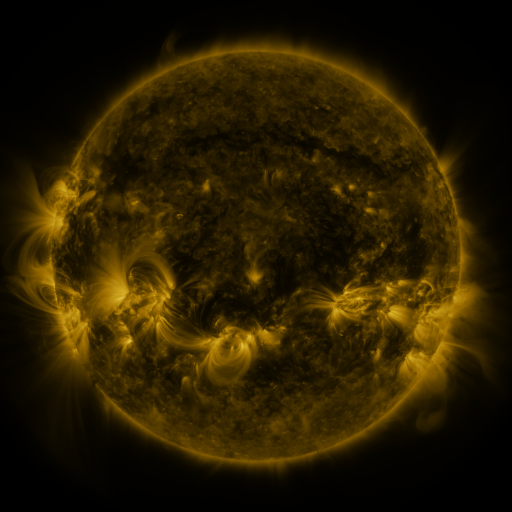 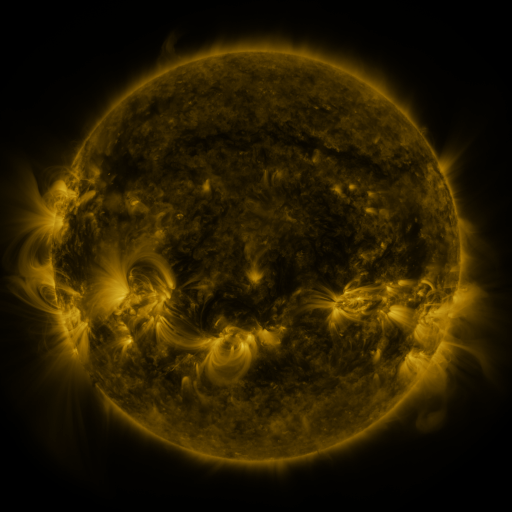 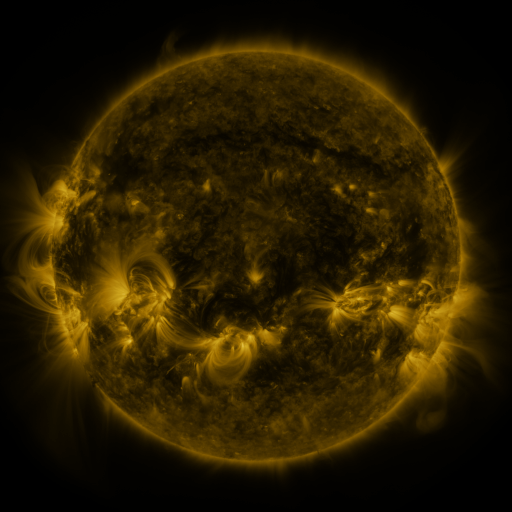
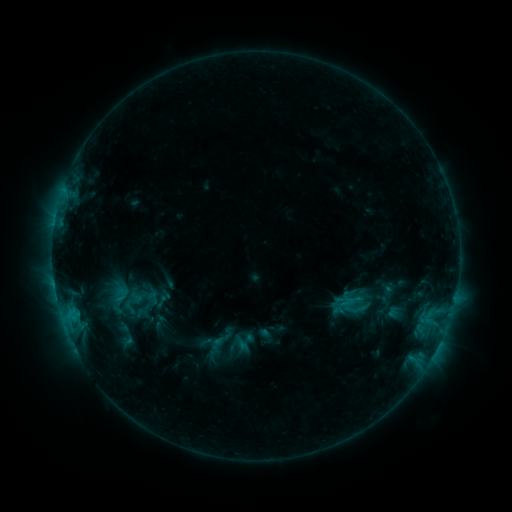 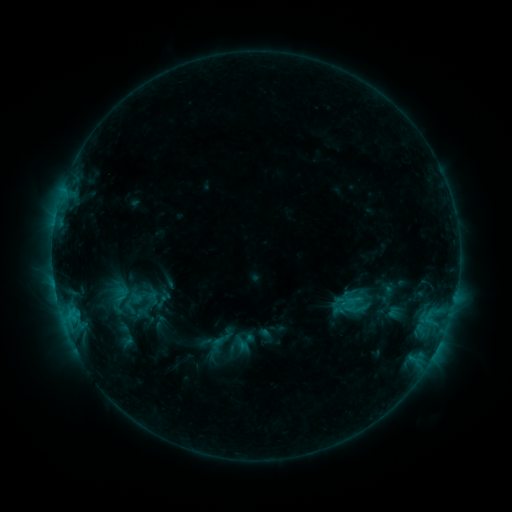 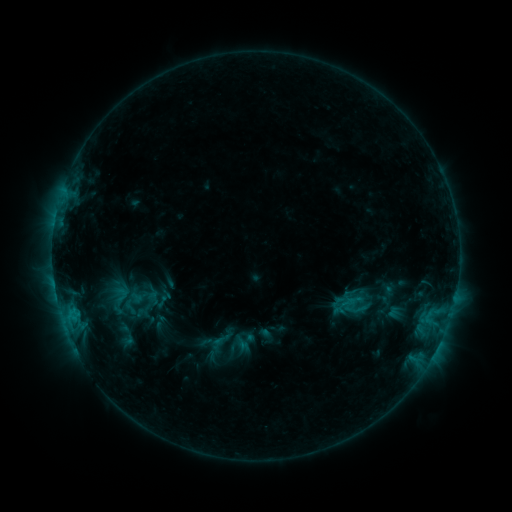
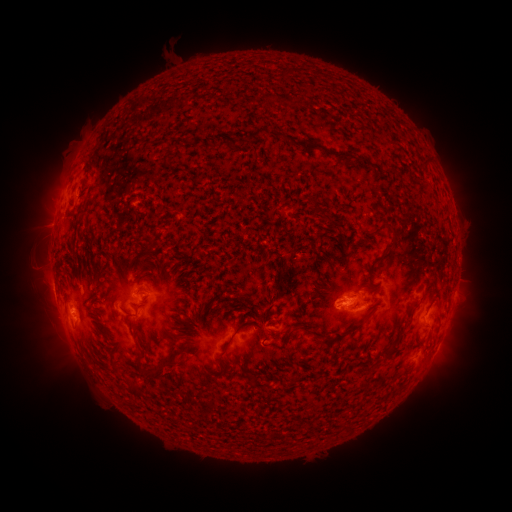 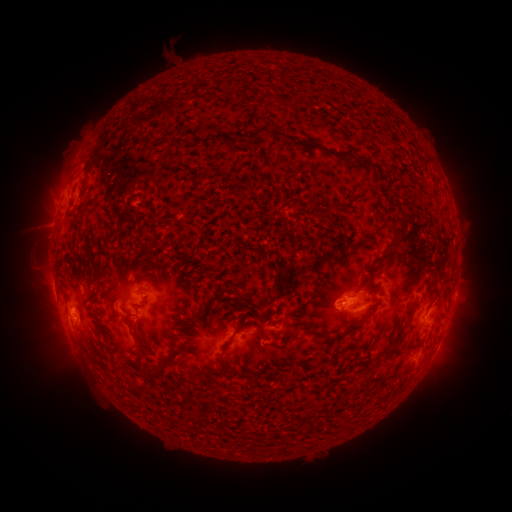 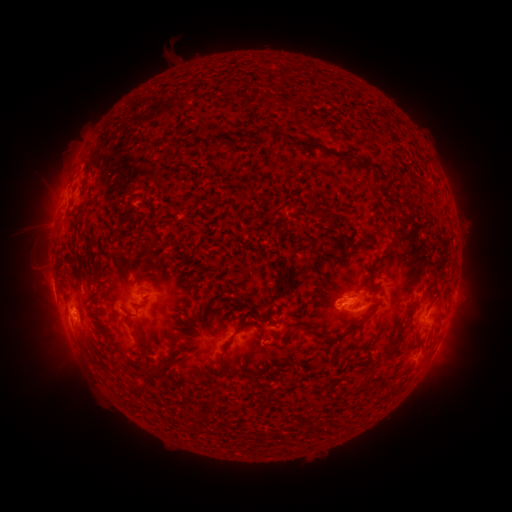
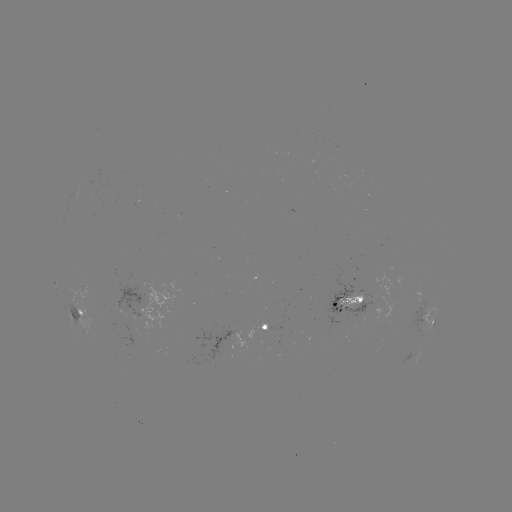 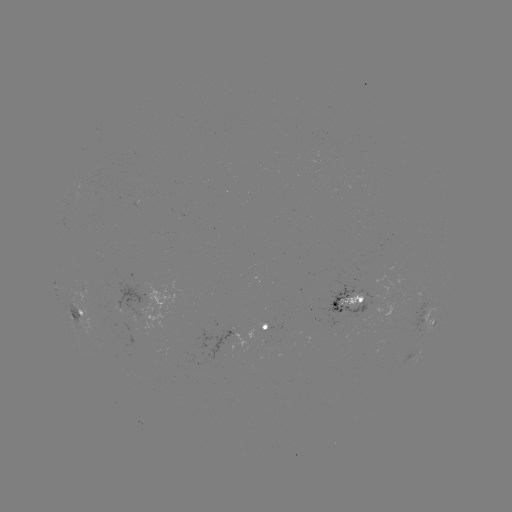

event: eruption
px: (166, 372)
